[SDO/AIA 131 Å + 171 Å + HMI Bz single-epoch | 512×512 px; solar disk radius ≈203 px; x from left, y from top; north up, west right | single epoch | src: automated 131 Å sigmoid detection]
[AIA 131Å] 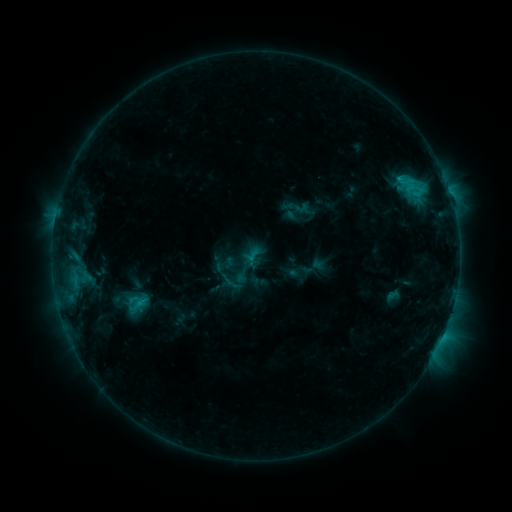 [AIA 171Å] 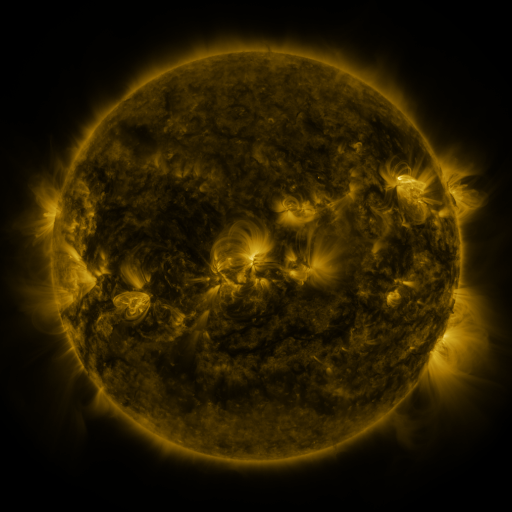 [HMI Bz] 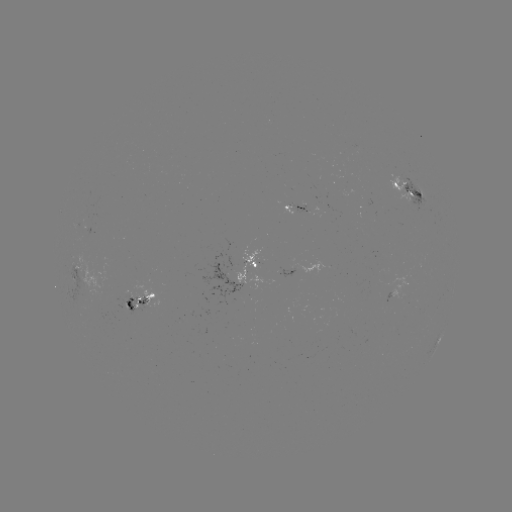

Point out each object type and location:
sigmoid: (234, 280)
